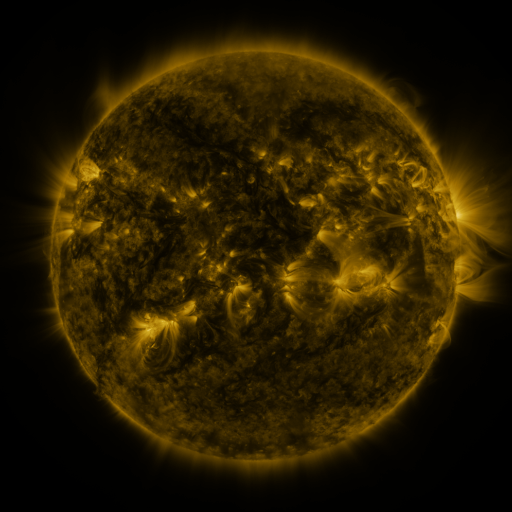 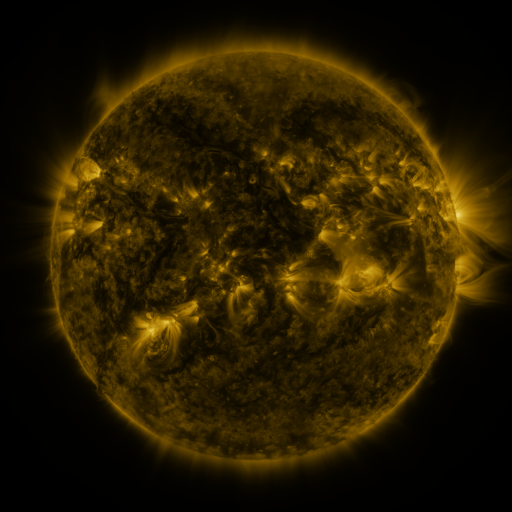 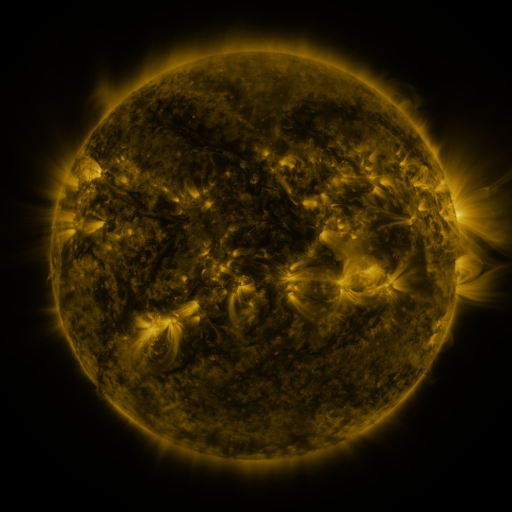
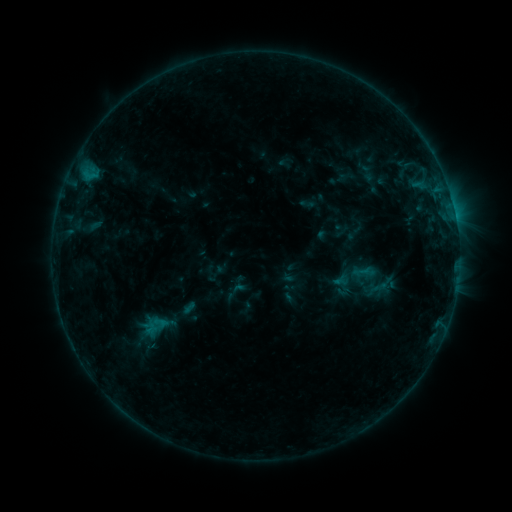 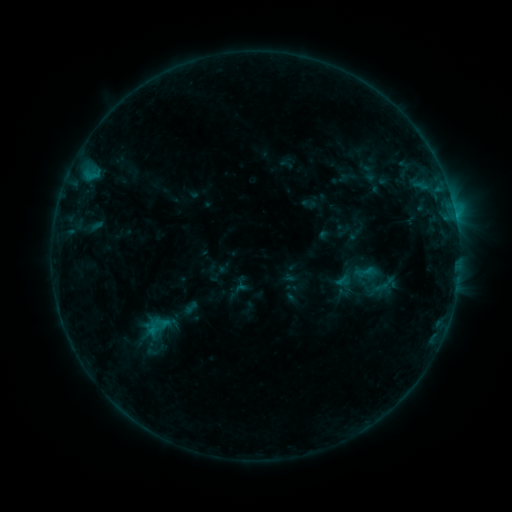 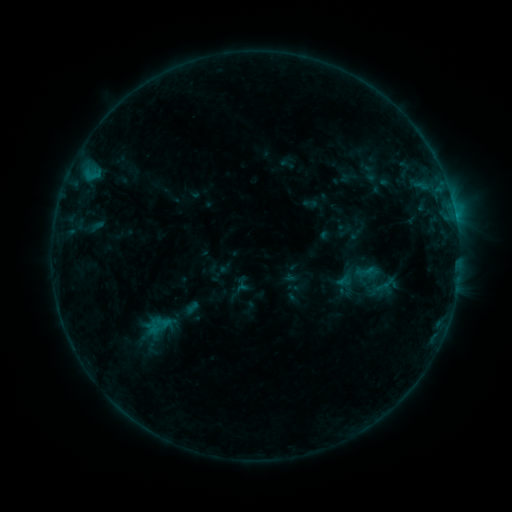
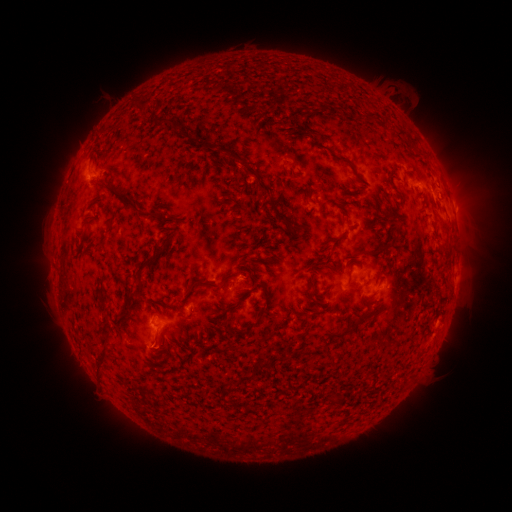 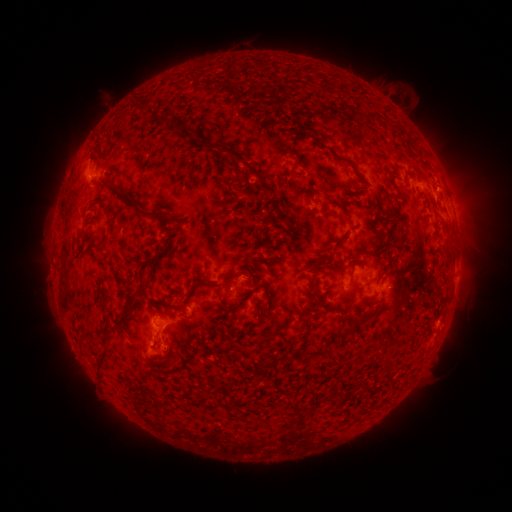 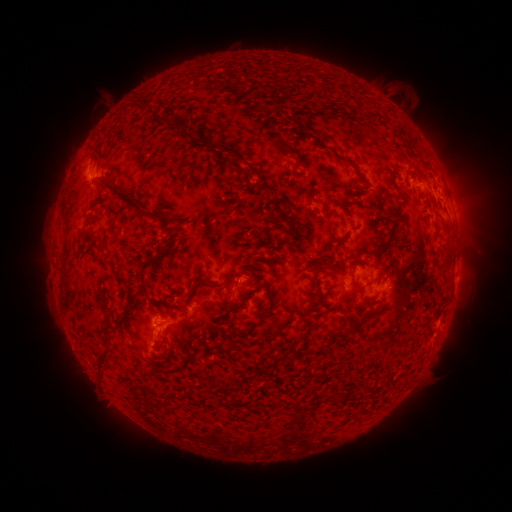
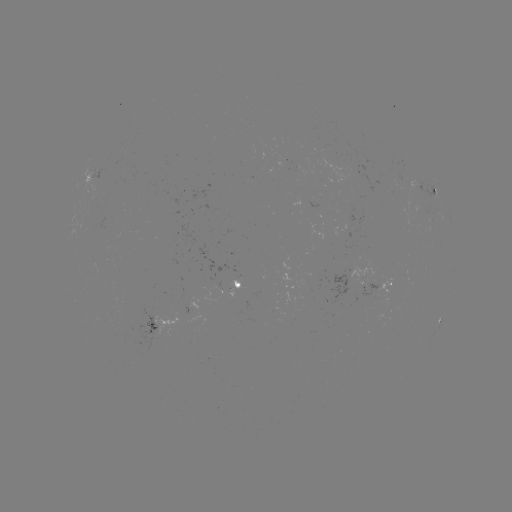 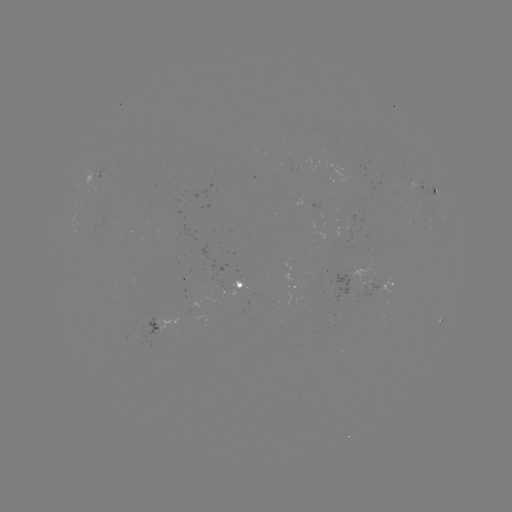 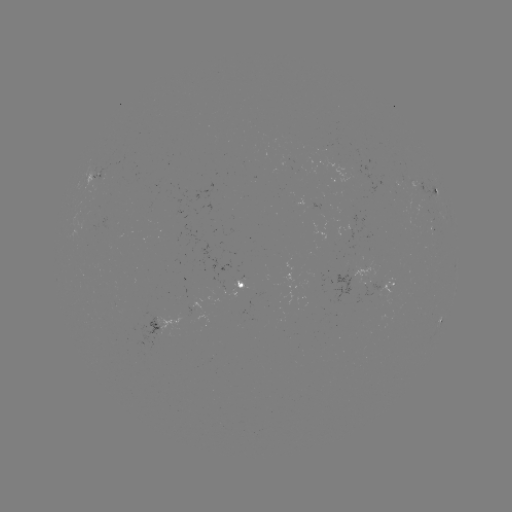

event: emerging-flux region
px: (95, 271)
